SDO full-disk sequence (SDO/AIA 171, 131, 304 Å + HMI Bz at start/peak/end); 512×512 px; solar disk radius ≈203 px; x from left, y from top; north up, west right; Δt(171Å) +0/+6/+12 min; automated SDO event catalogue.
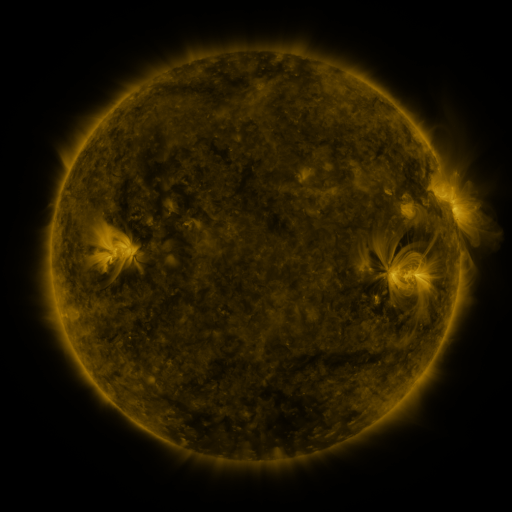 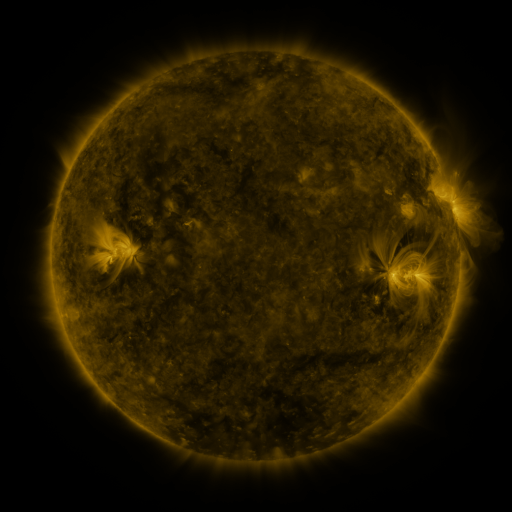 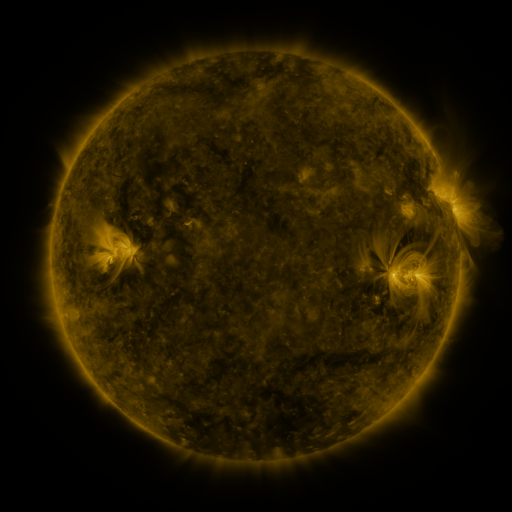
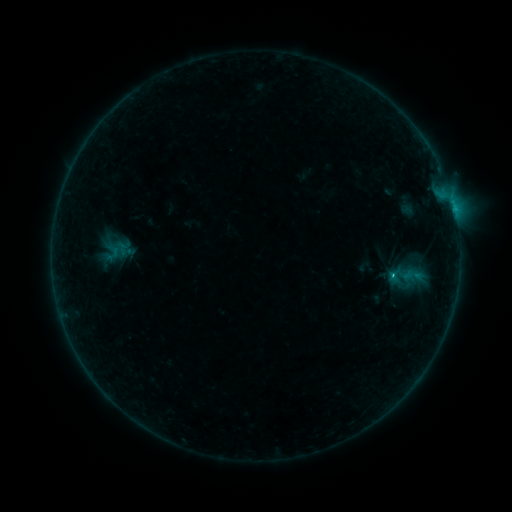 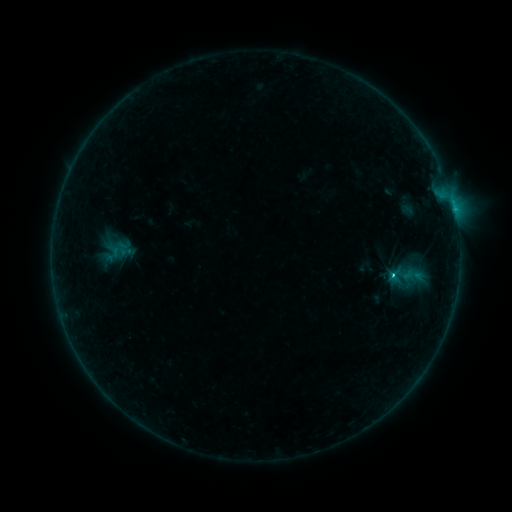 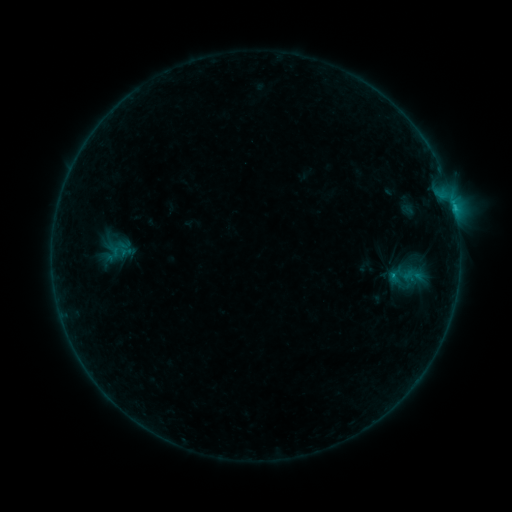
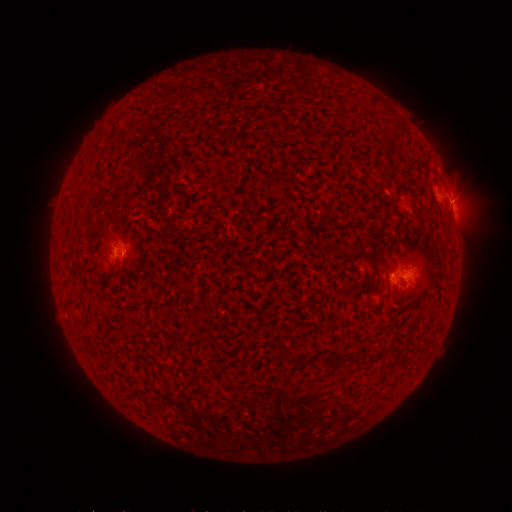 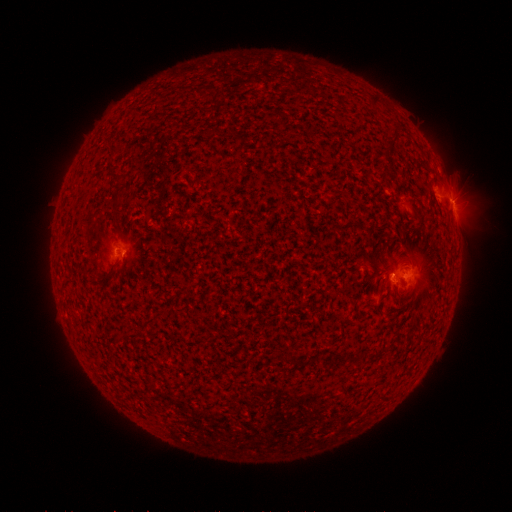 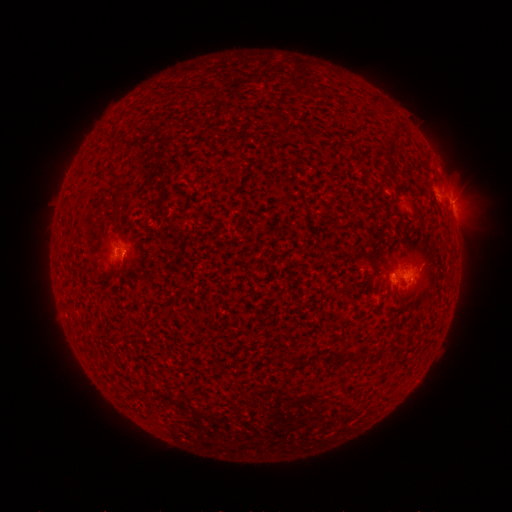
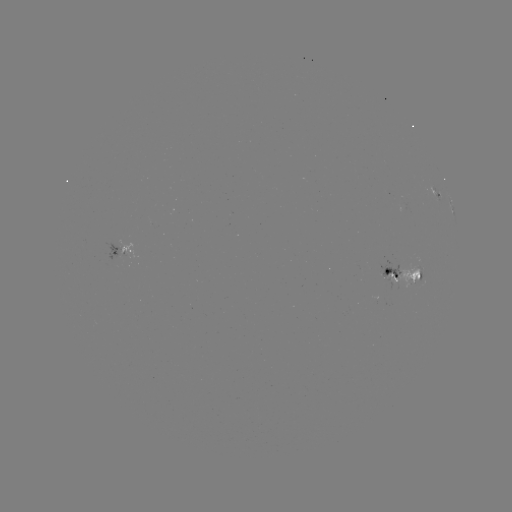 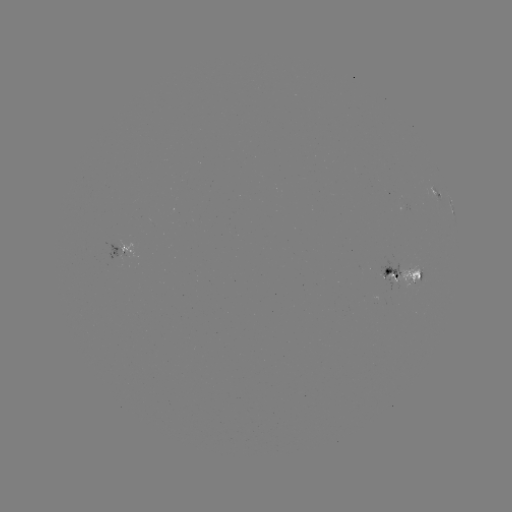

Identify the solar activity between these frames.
C1.0 flare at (392, 274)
